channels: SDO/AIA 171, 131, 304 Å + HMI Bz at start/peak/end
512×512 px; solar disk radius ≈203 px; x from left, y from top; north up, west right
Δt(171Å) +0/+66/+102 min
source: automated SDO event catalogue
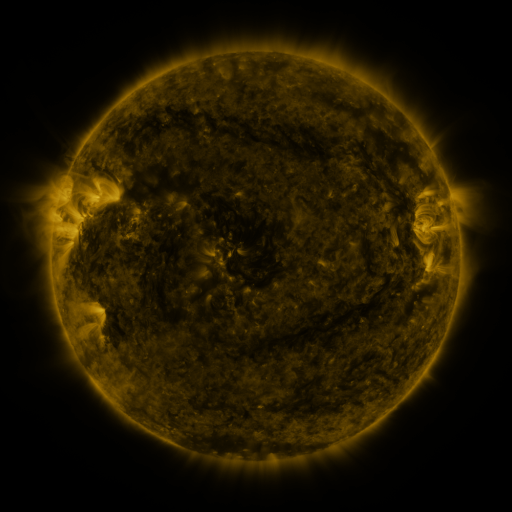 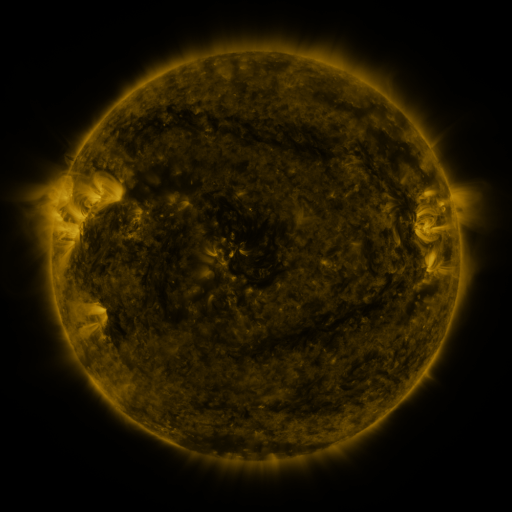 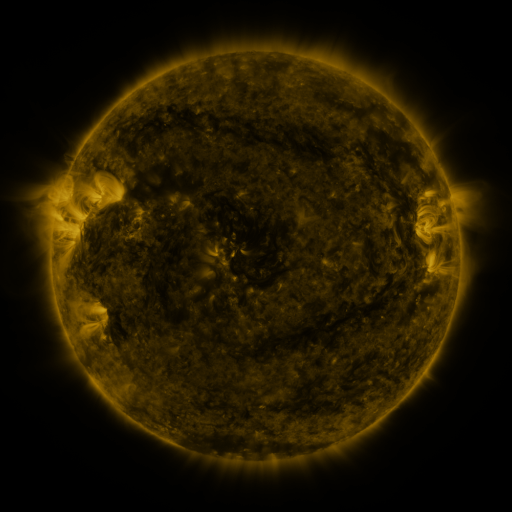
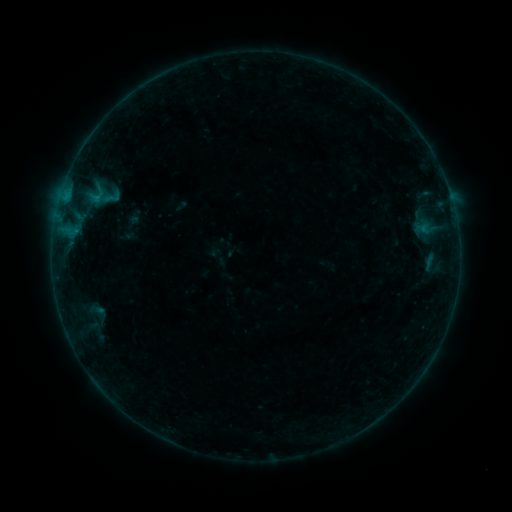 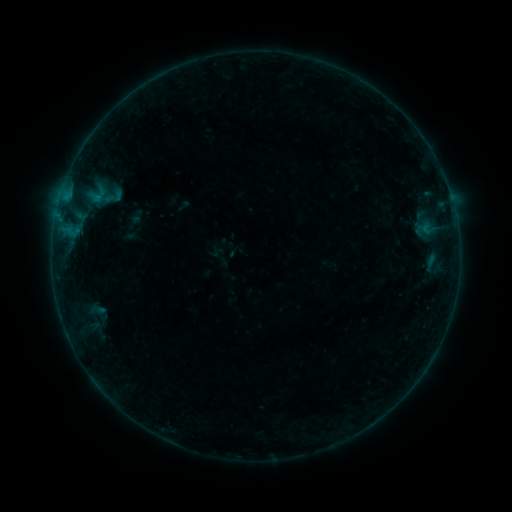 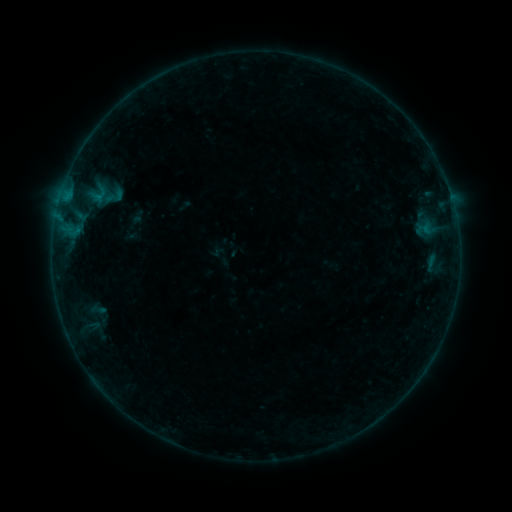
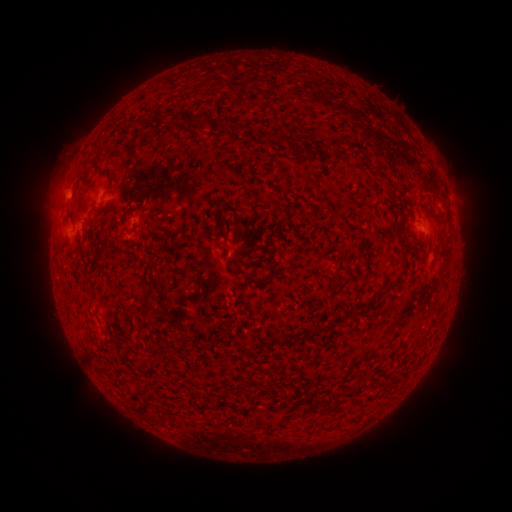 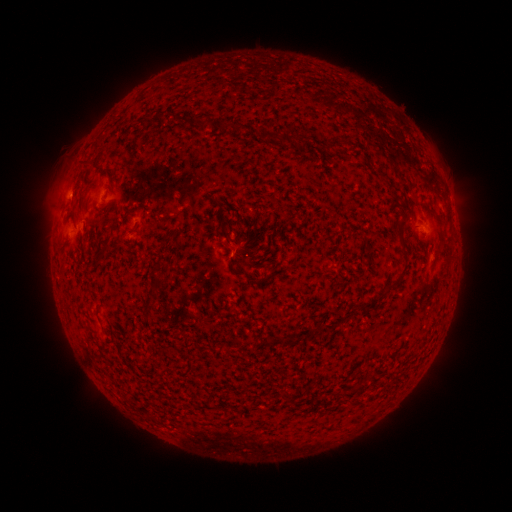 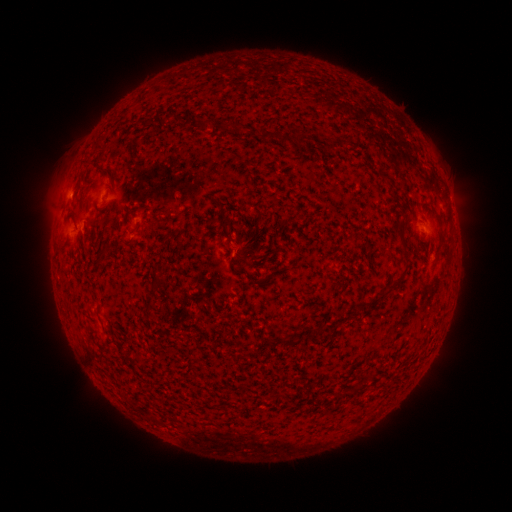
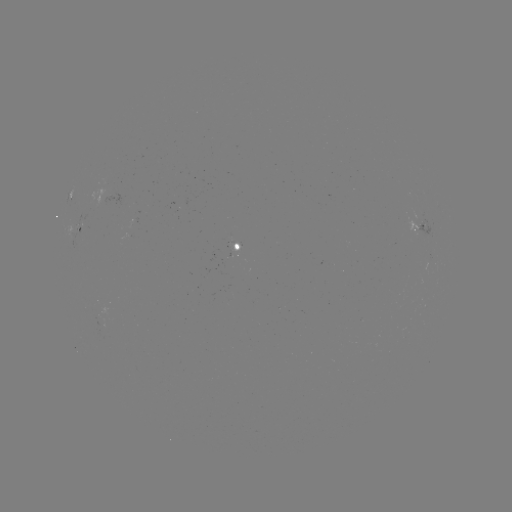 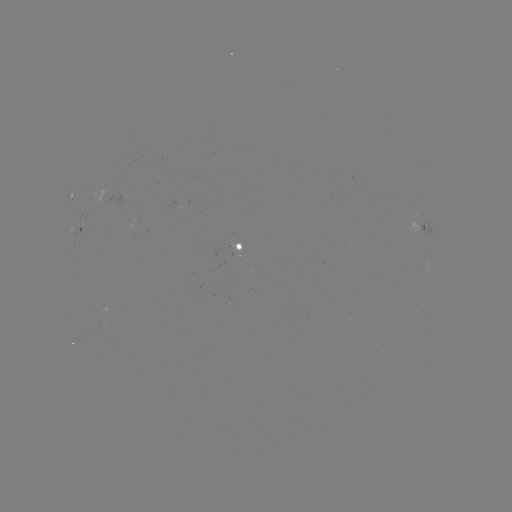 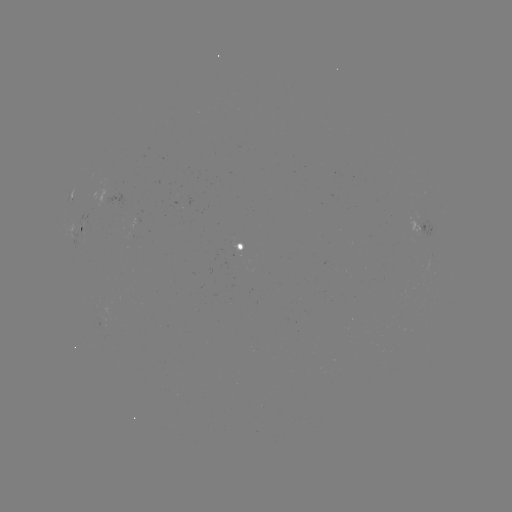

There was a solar emerging-flux region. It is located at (103, 322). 